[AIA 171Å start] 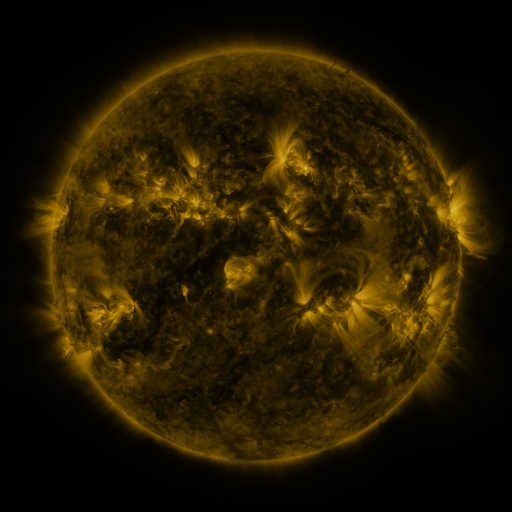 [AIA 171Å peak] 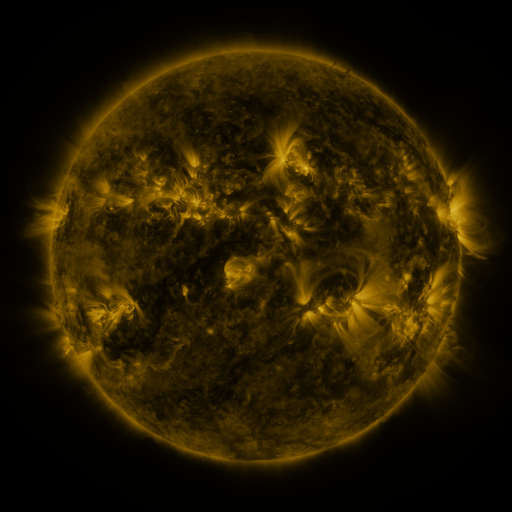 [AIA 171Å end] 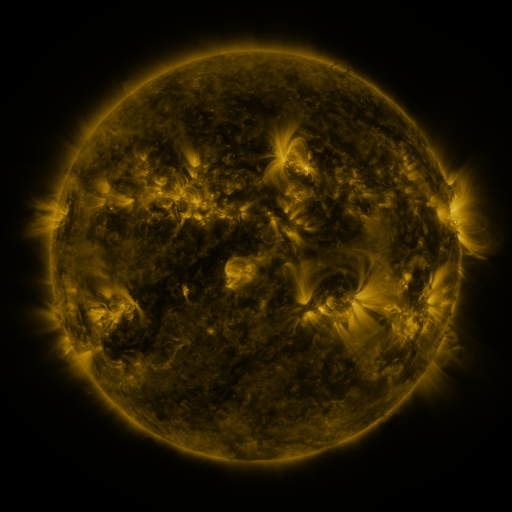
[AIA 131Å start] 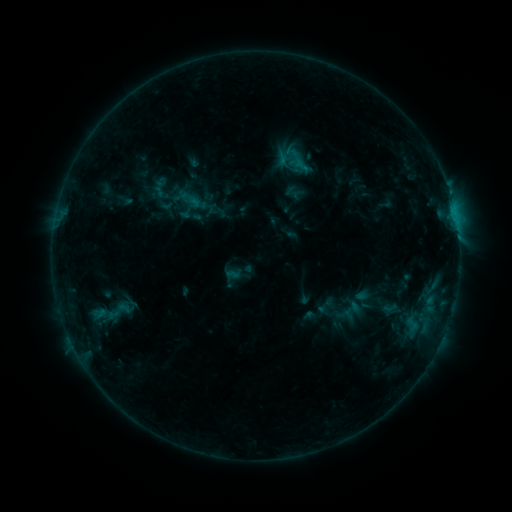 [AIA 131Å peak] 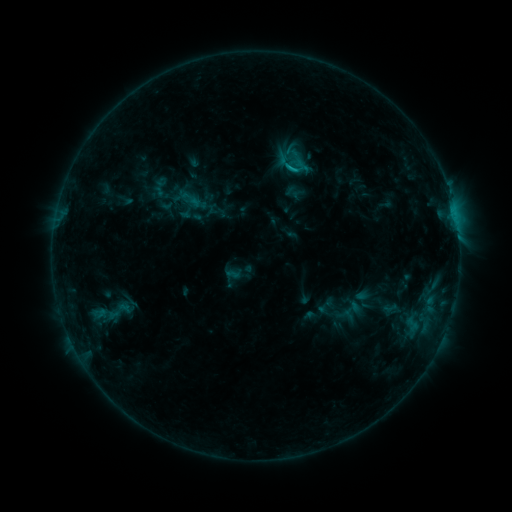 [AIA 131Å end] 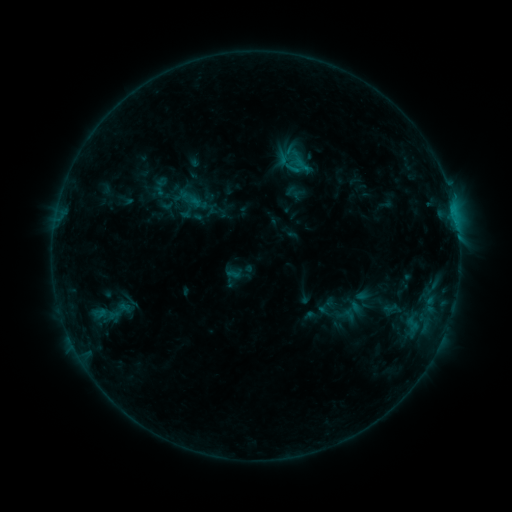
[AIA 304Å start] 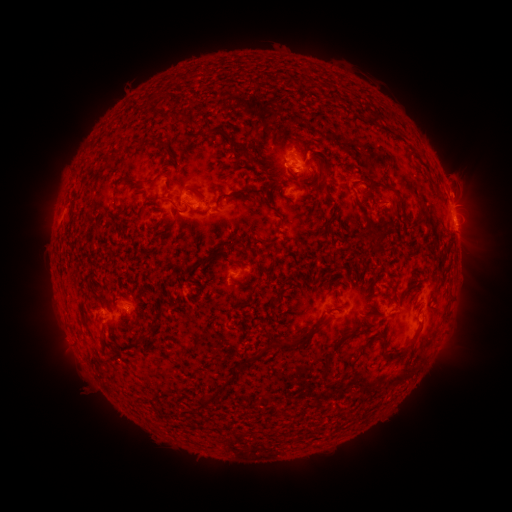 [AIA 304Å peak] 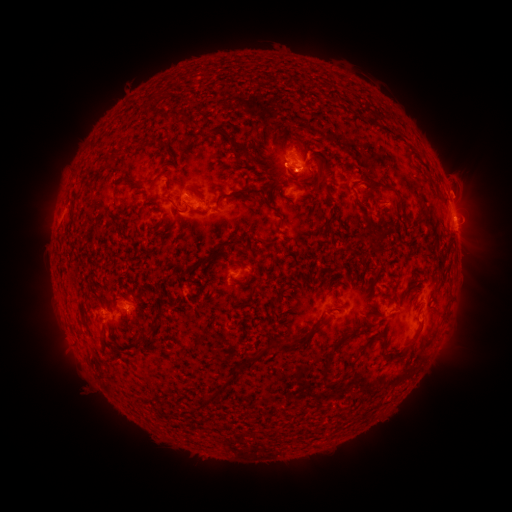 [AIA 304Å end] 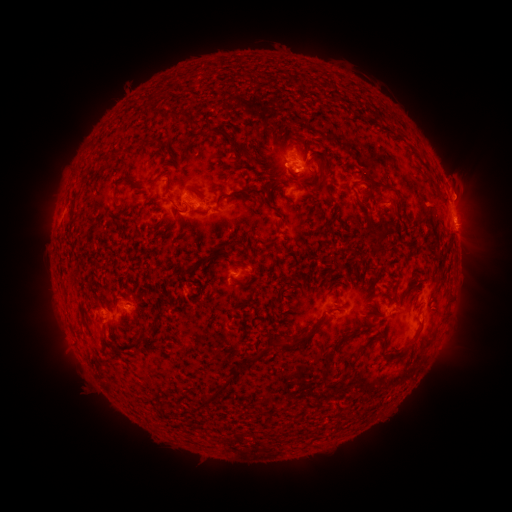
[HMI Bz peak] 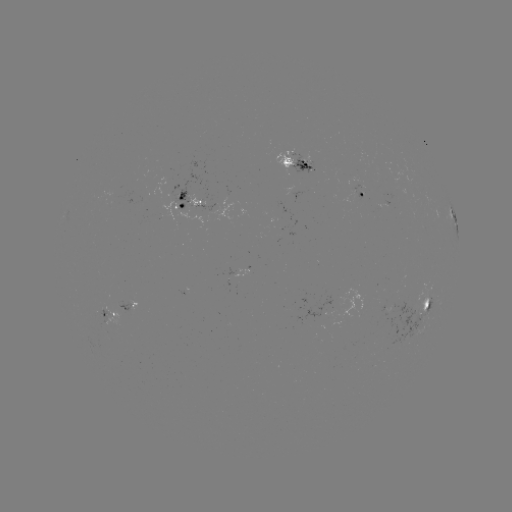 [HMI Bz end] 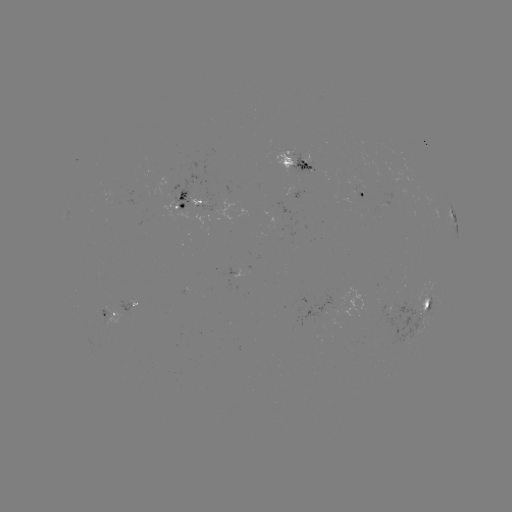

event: flare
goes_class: B9.1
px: (289, 170)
